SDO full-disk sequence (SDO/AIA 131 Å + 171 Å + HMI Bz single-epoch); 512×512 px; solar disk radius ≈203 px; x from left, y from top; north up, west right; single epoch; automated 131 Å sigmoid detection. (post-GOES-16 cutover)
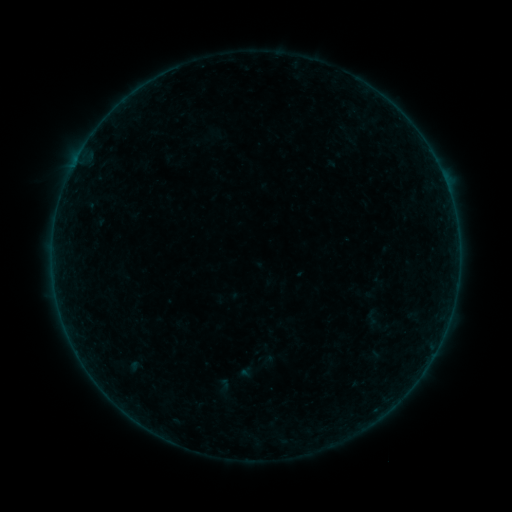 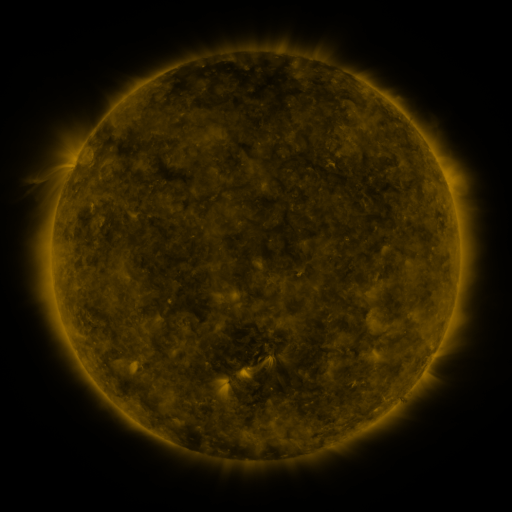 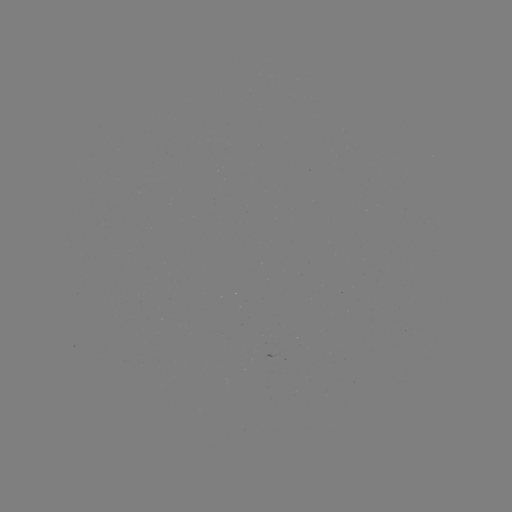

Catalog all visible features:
sigmoid: (372, 318)
